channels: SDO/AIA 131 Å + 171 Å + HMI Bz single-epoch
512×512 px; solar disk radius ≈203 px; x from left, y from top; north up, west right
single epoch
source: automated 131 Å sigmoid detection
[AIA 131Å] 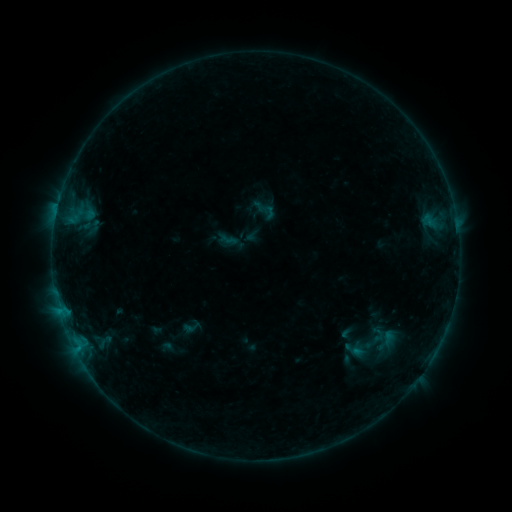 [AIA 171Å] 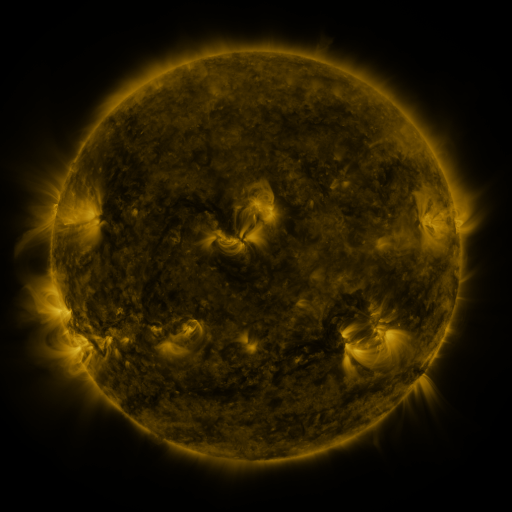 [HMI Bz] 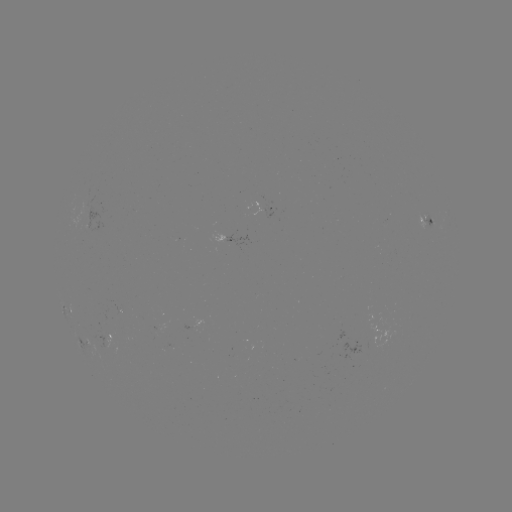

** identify sigmoid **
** [228, 238] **